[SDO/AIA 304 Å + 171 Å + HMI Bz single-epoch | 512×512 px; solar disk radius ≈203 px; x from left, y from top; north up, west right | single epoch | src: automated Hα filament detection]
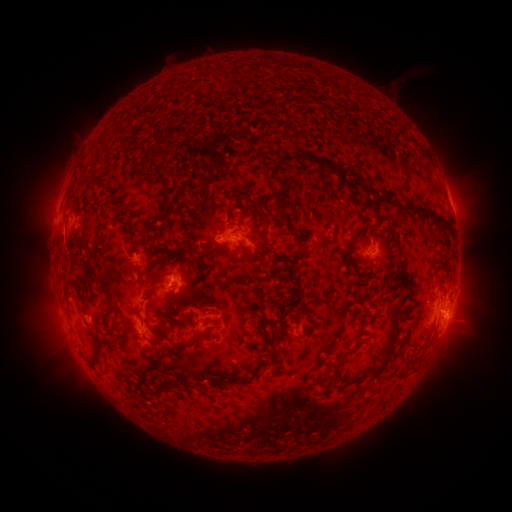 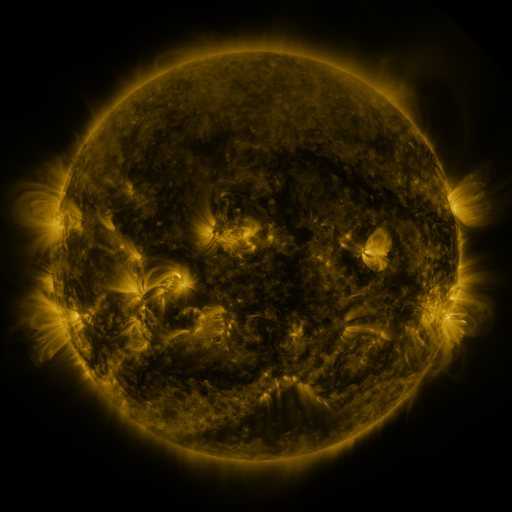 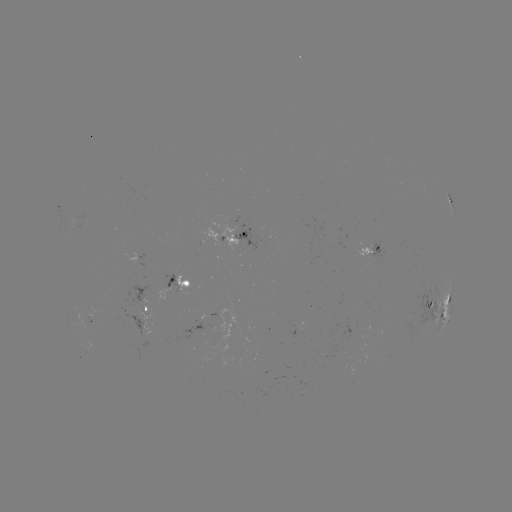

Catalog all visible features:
filament: (406, 139)
filament: (279, 162)
filament: (317, 165)
filament: (350, 171)
filament: (165, 185)
filament: (418, 208)
filament: (261, 211)
filament: (134, 232)
filament: (293, 232)
filament: (353, 240)
filament: (266, 244)
filament: (303, 245)
filament: (206, 250)
filament: (191, 252)
filament: (178, 275)
filament: (118, 277)
filament: (107, 293)
filament: (167, 314)
filament: (307, 314)
filament: (163, 328)
filament: (195, 343)
filament: (273, 343)
filament: (392, 343)
filament: (350, 350)
filament: (157, 363)
filament: (260, 368)
filament: (226, 379)
filament: (337, 380)
filament: (183, 383)
filament: (166, 388)
